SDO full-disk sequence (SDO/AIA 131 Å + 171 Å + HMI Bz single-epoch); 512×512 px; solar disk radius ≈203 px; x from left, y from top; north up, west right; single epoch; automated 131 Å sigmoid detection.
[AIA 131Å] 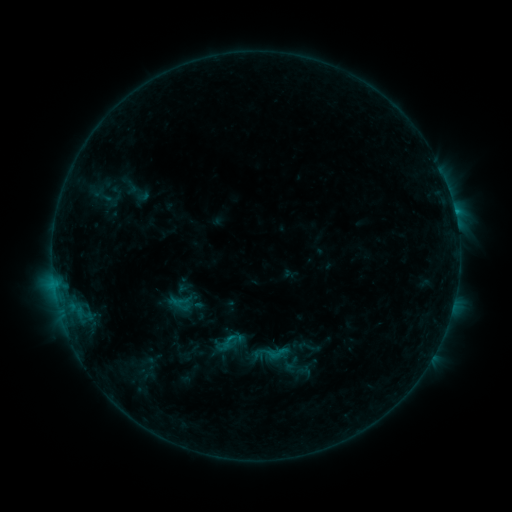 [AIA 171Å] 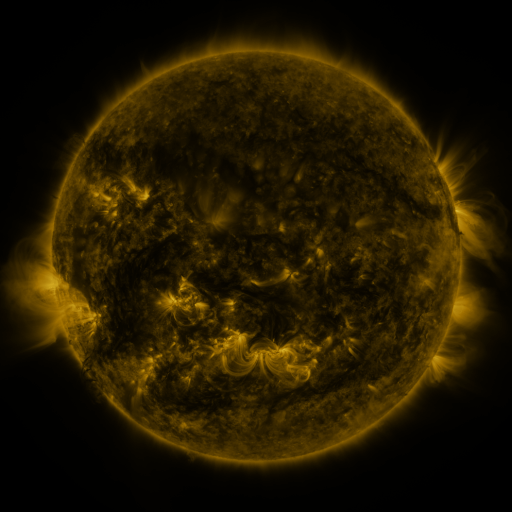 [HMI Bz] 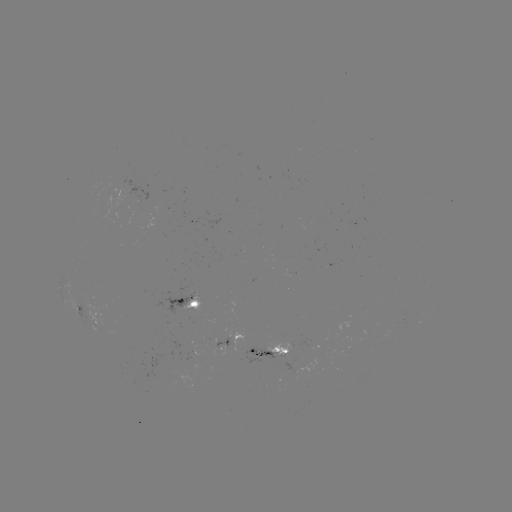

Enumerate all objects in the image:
sigmoid: (210, 329, 241, 357)
sigmoid: (266, 341, 290, 365)
